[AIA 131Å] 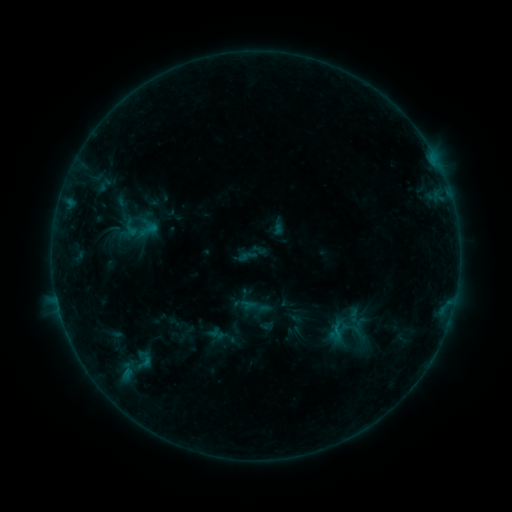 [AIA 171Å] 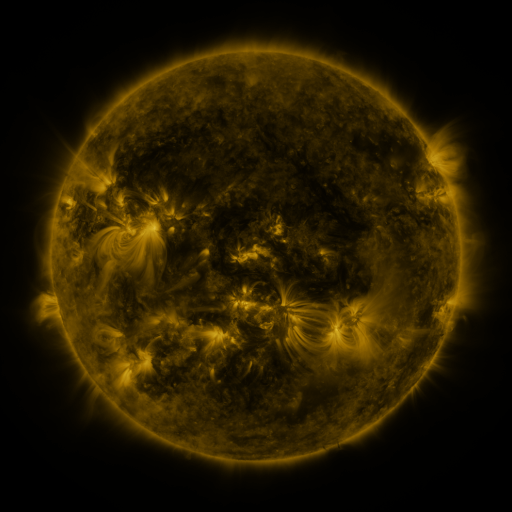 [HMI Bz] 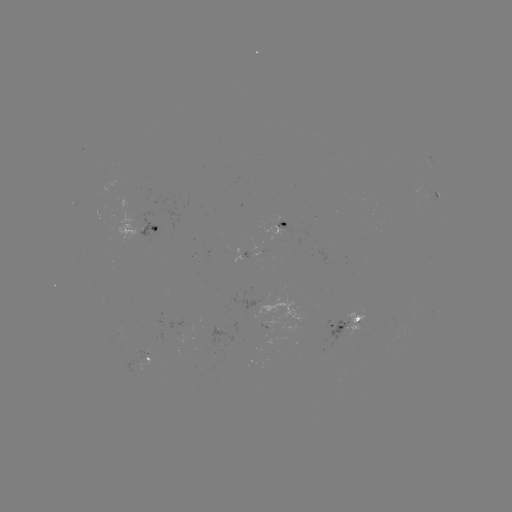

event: sigmoid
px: (148, 230)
